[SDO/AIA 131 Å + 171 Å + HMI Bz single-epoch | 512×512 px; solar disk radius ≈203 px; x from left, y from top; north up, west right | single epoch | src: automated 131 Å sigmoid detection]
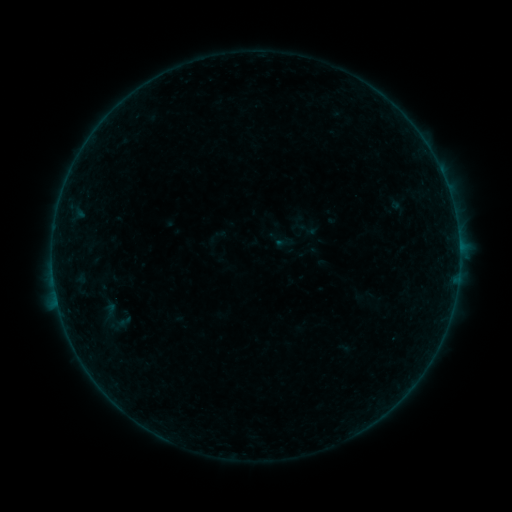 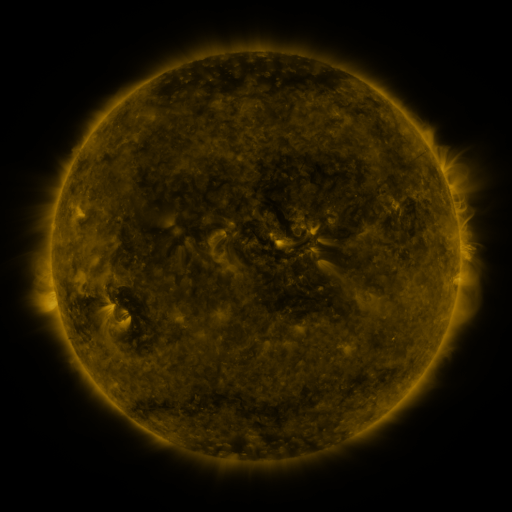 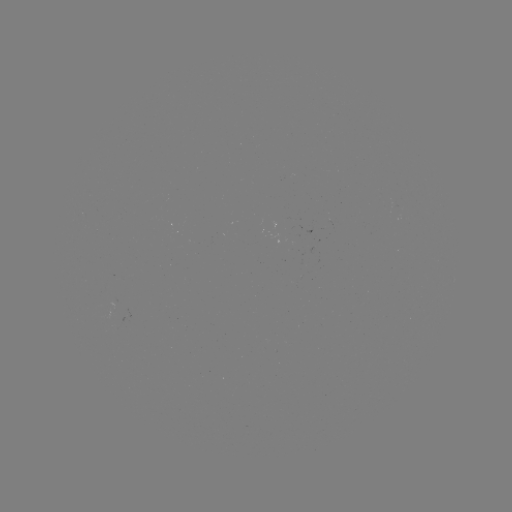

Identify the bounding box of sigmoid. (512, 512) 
[79, 289, 145, 343].